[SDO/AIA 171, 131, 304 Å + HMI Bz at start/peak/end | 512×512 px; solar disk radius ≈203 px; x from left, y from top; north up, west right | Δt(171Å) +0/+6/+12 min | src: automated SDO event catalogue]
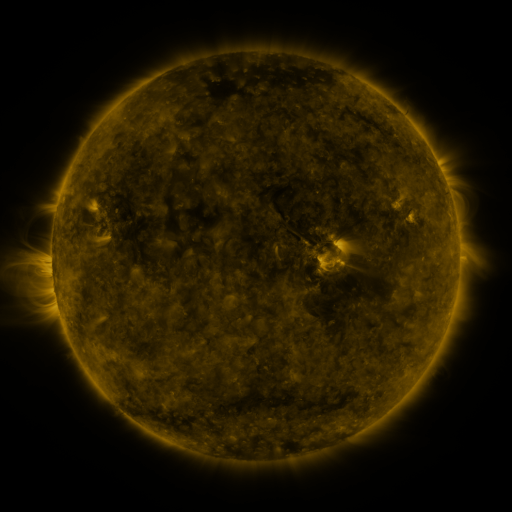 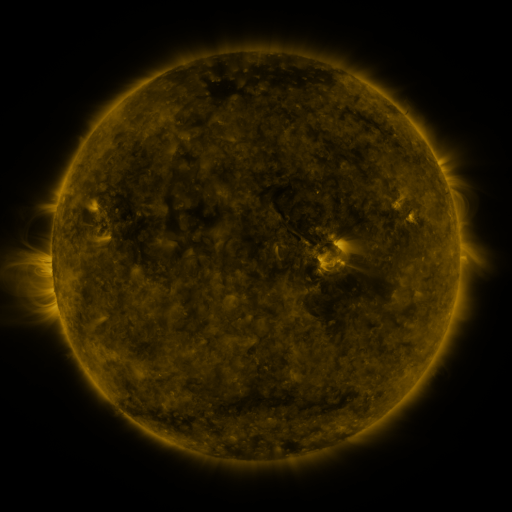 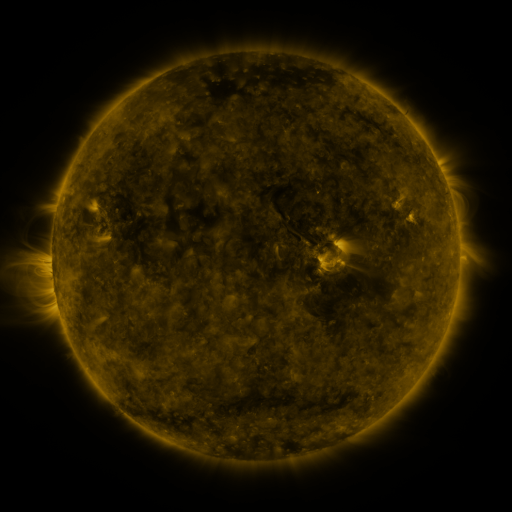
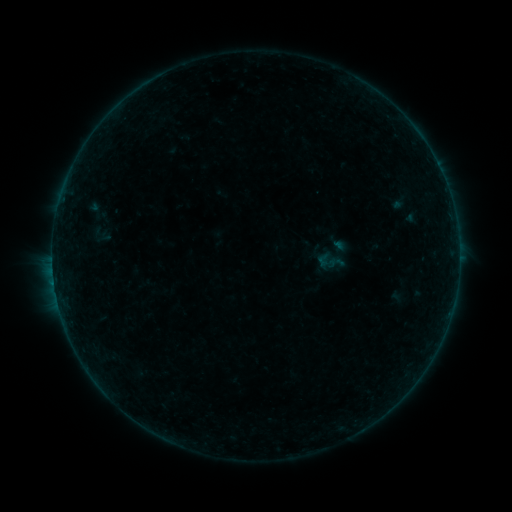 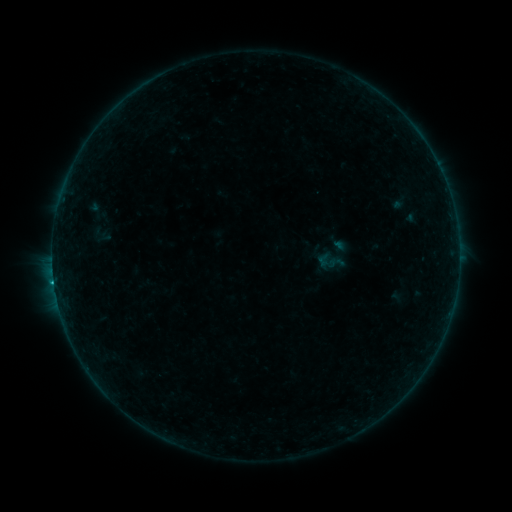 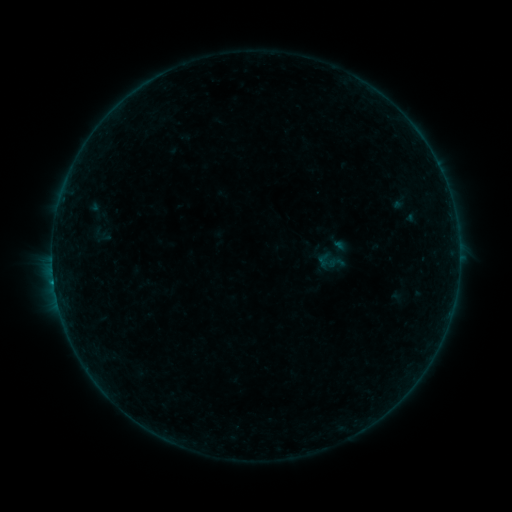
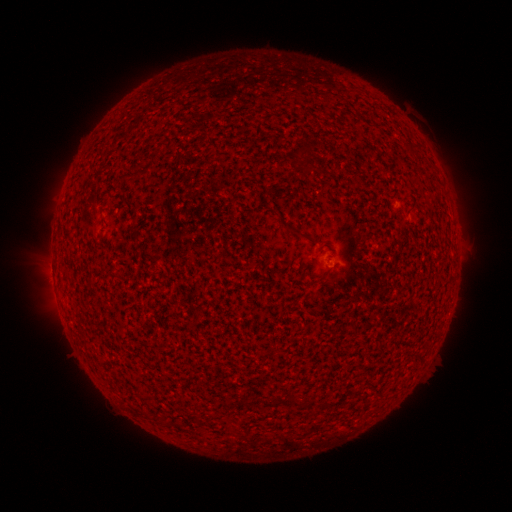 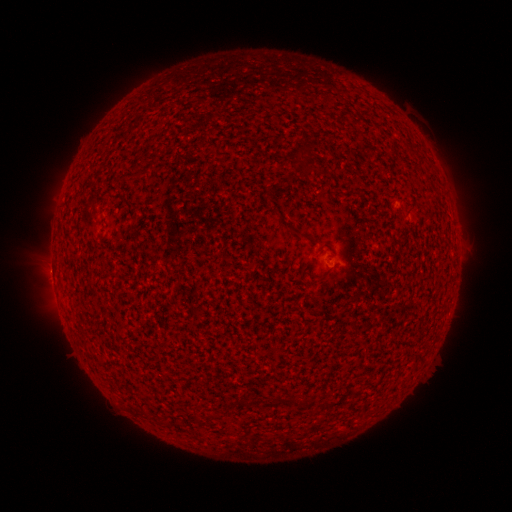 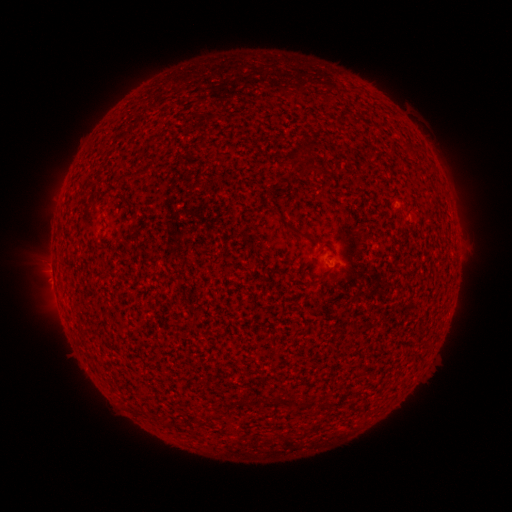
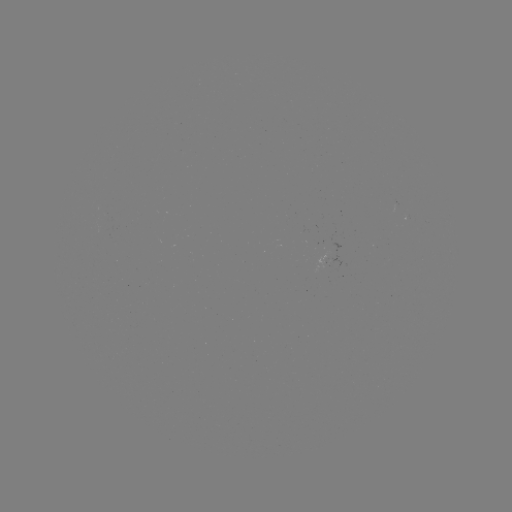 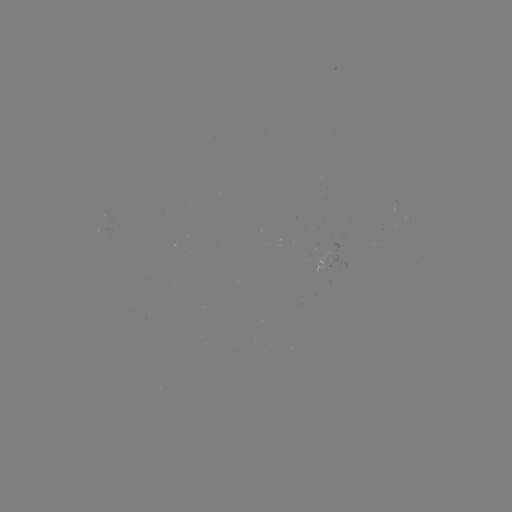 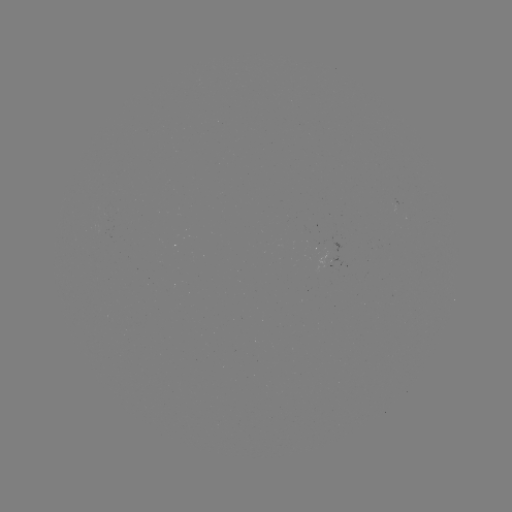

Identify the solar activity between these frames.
B3.3 flare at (54, 281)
